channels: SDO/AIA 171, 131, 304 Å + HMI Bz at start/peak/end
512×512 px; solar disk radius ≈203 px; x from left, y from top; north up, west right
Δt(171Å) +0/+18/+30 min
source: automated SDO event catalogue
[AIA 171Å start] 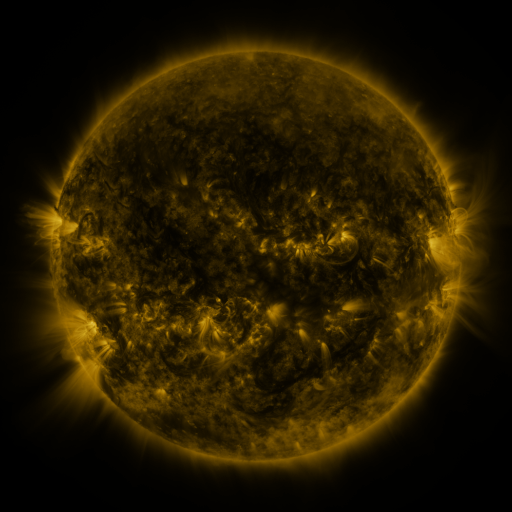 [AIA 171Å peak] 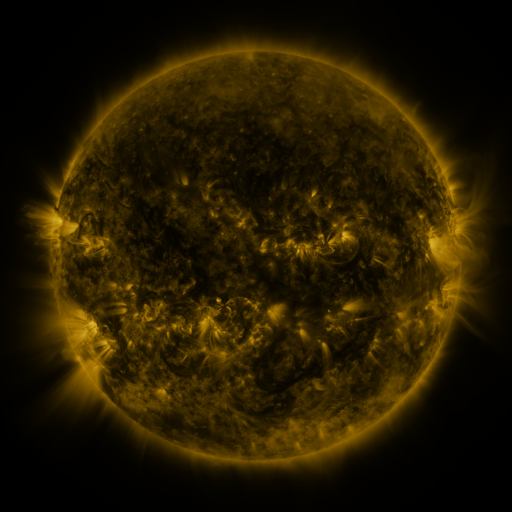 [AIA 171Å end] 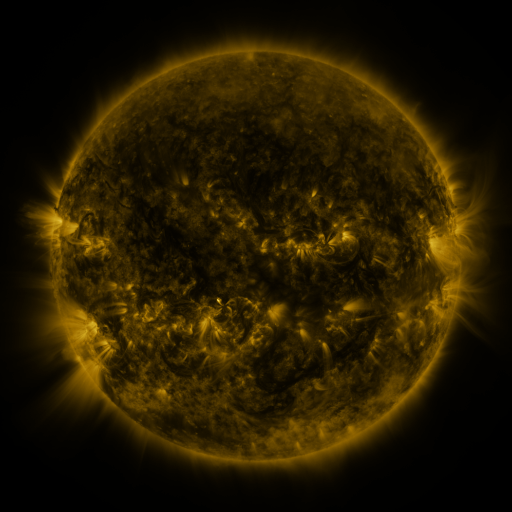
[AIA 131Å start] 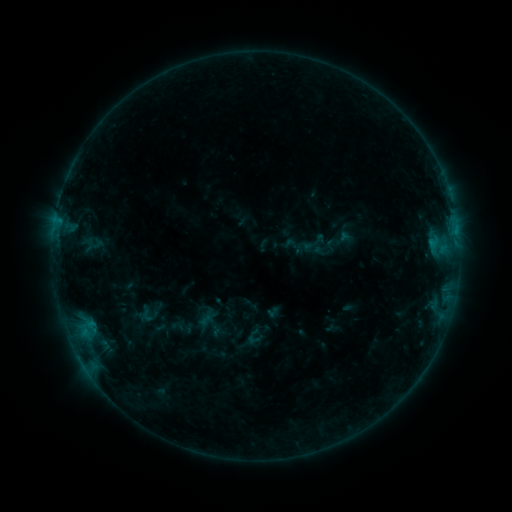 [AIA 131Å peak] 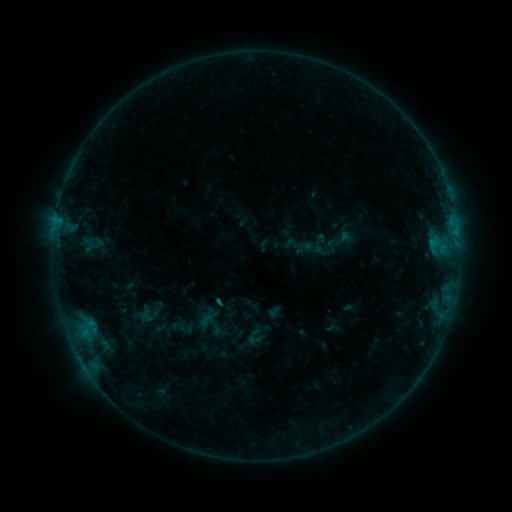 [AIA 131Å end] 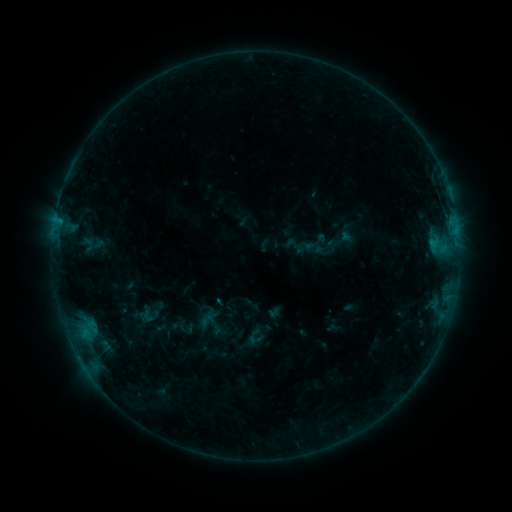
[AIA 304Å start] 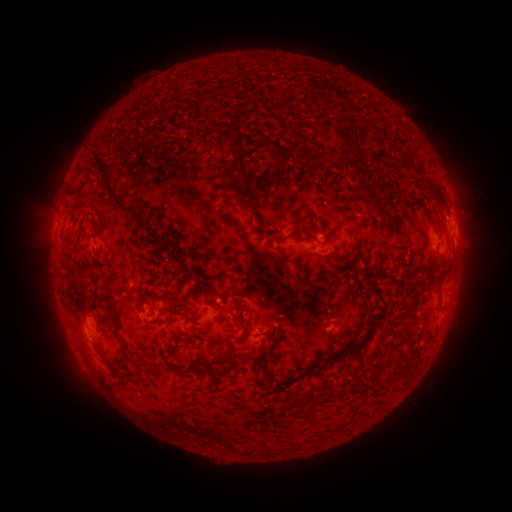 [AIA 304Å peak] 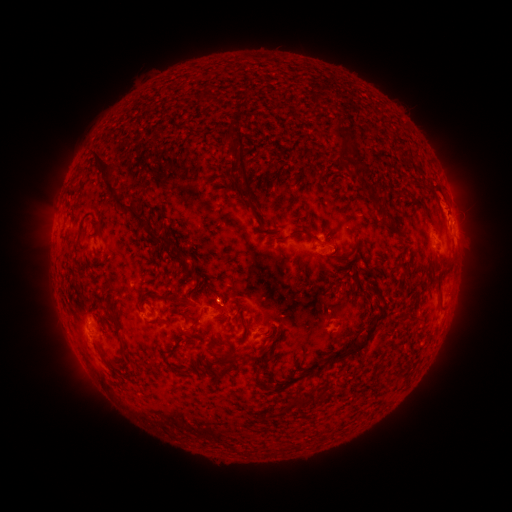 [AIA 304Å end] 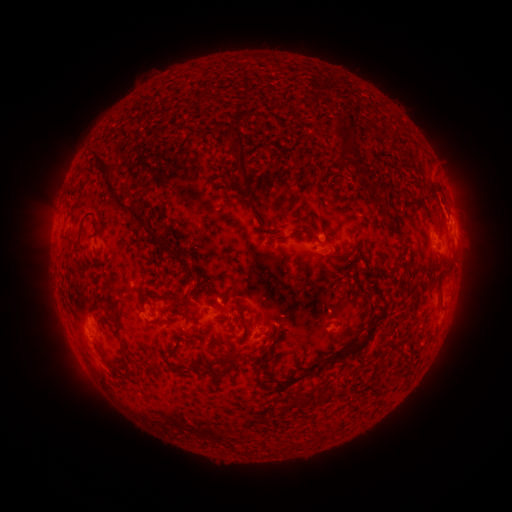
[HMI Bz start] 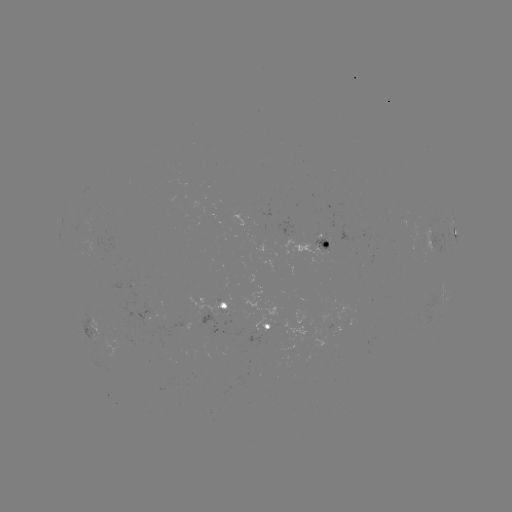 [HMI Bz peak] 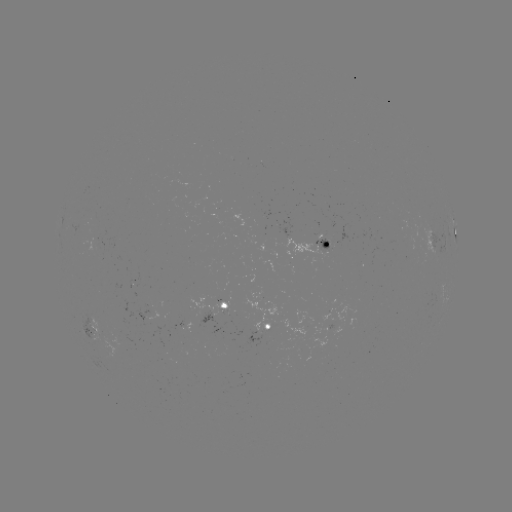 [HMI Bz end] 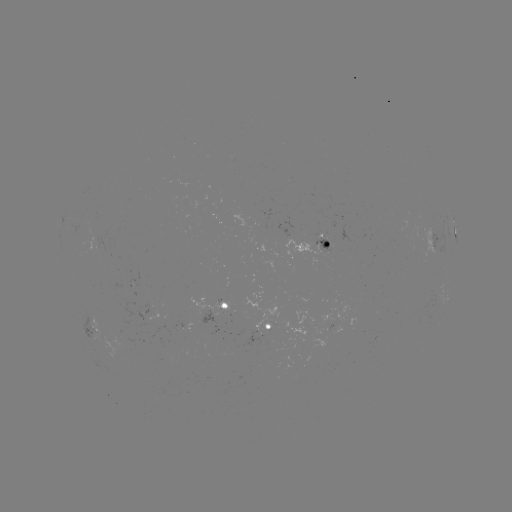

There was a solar eruption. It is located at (445, 198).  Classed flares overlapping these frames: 1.